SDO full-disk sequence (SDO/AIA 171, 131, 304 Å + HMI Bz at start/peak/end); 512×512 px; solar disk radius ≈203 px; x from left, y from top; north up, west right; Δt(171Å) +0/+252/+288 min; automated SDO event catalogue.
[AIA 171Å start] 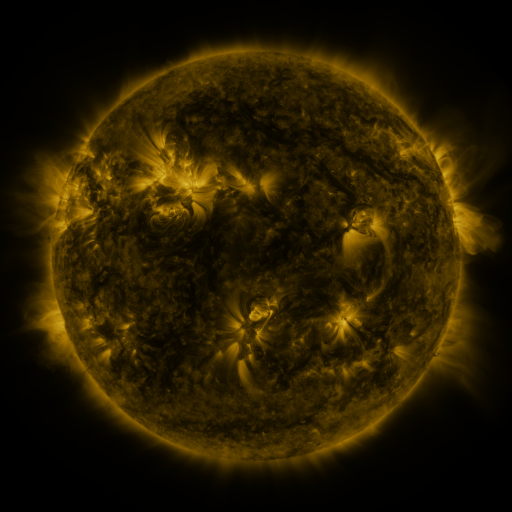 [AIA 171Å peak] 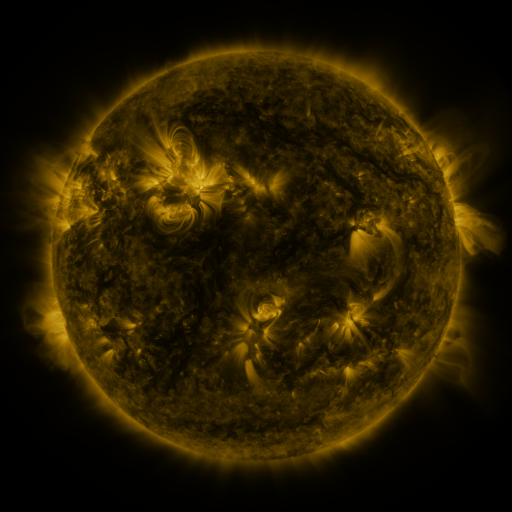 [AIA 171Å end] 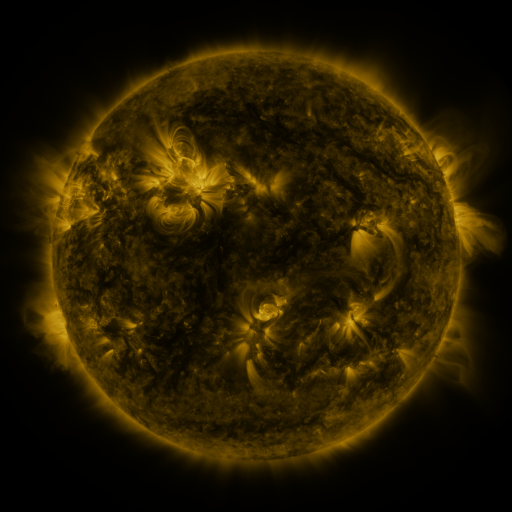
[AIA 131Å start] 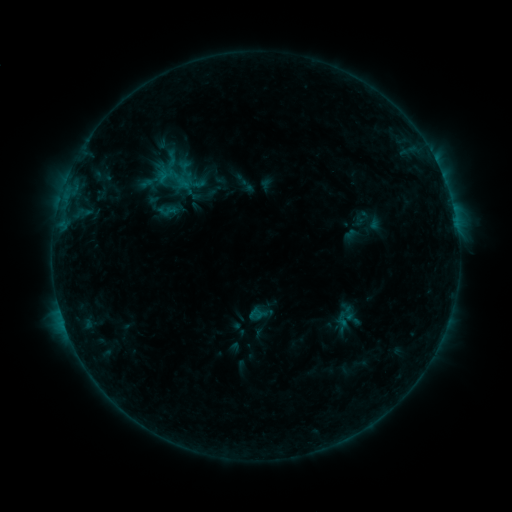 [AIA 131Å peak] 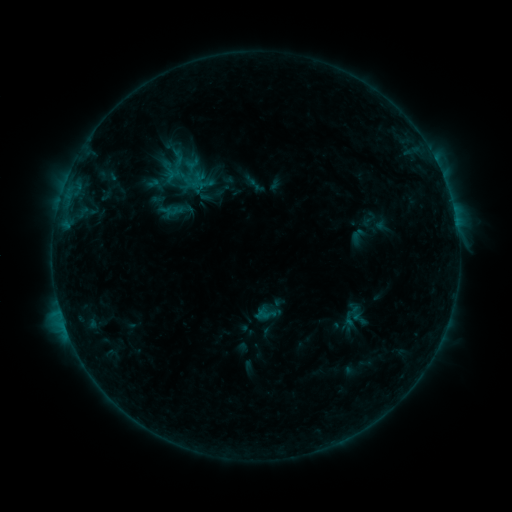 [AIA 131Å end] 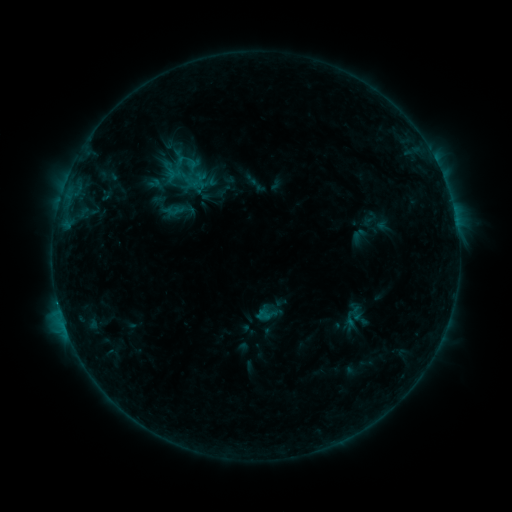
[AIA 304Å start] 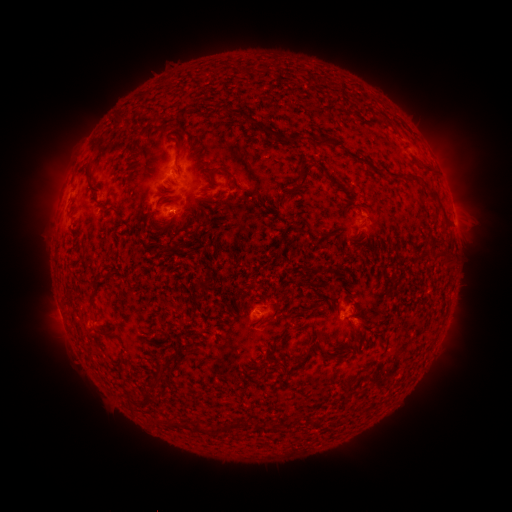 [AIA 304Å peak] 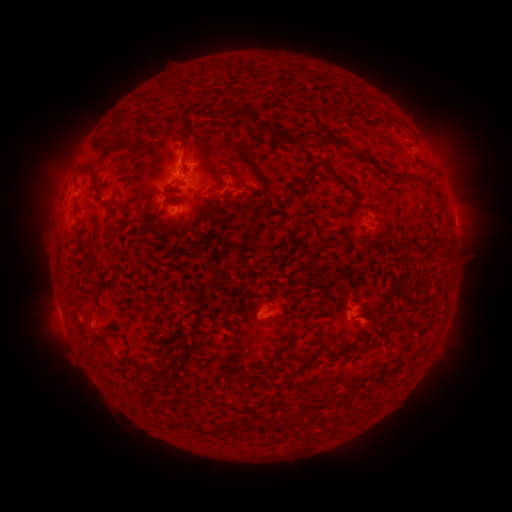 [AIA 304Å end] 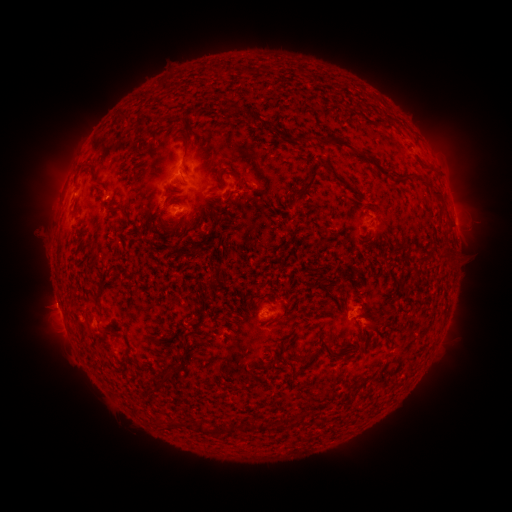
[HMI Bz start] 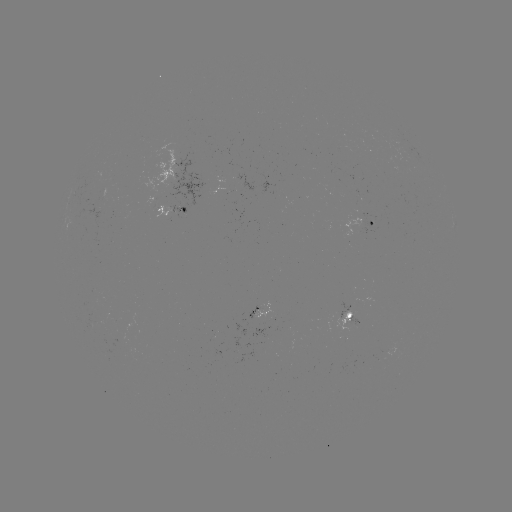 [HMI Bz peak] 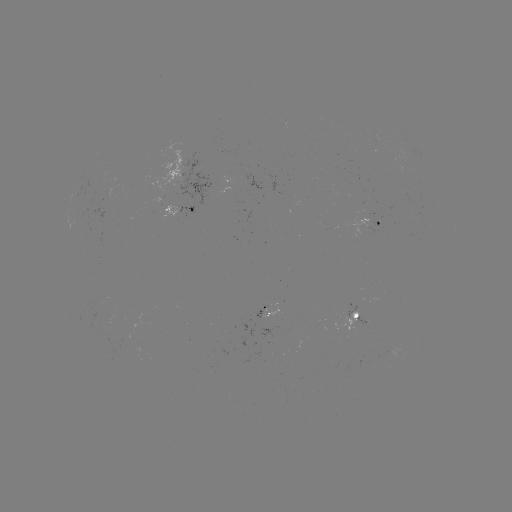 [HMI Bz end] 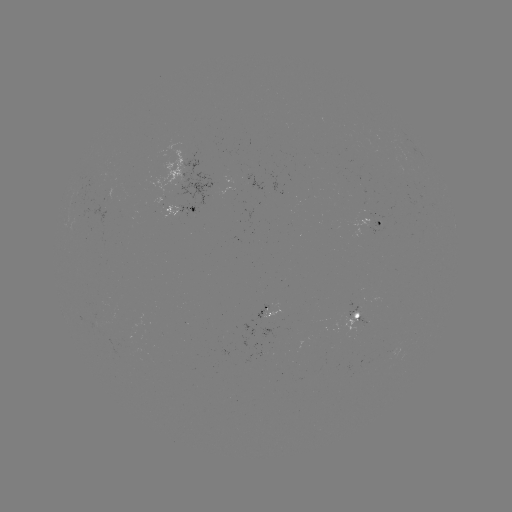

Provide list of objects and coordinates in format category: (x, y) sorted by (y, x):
emerging-flux region: (347, 311)
